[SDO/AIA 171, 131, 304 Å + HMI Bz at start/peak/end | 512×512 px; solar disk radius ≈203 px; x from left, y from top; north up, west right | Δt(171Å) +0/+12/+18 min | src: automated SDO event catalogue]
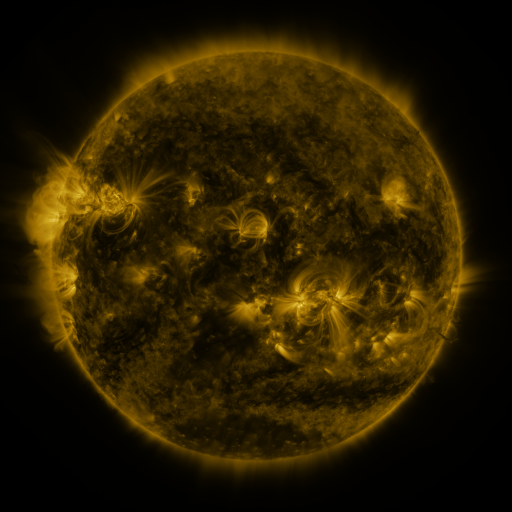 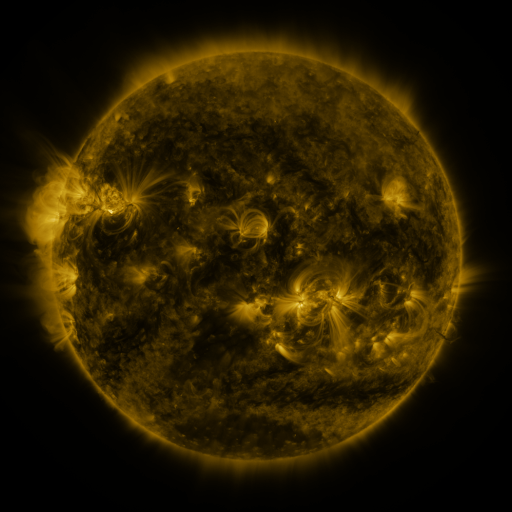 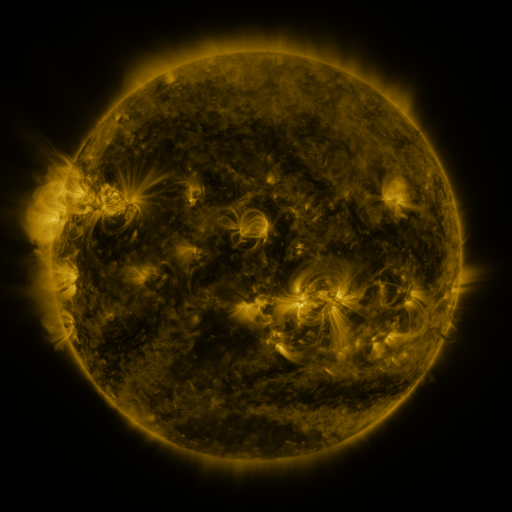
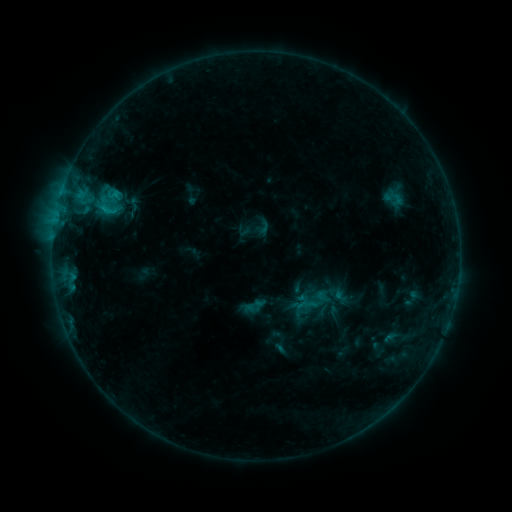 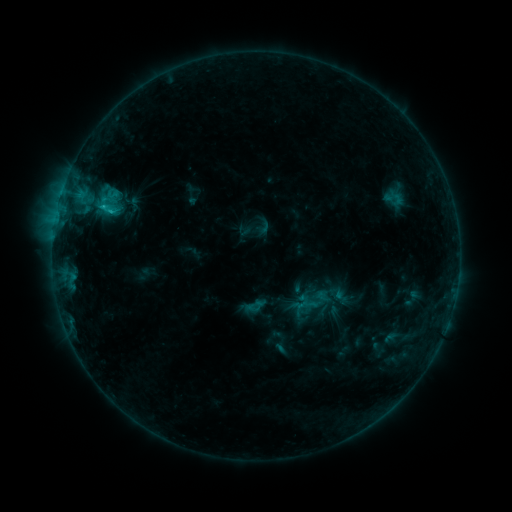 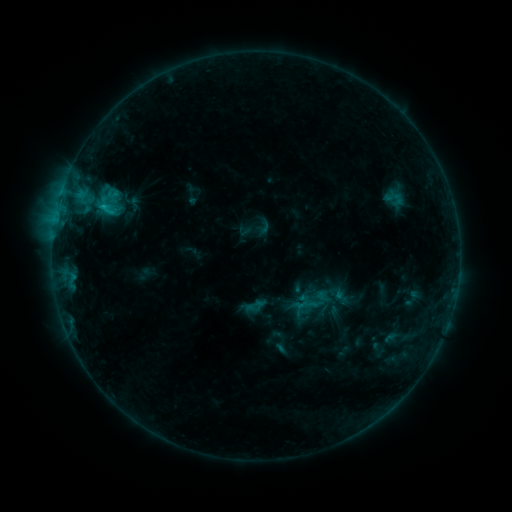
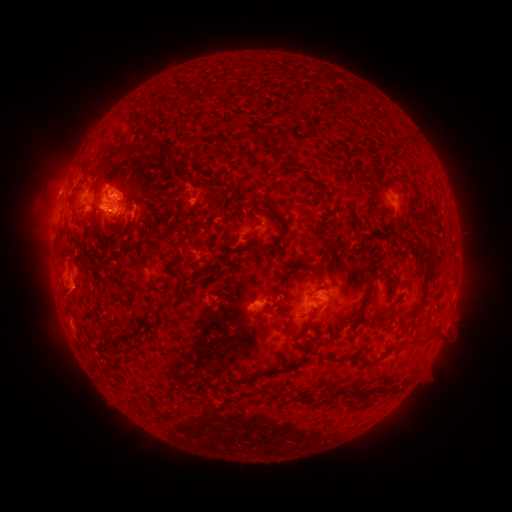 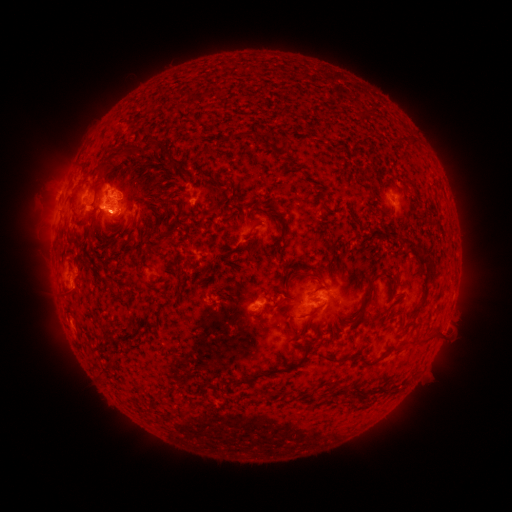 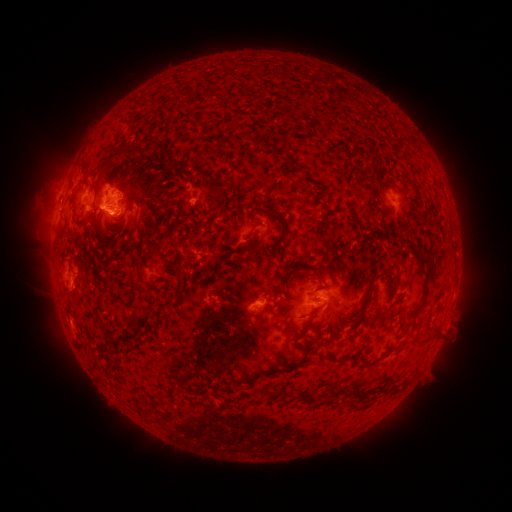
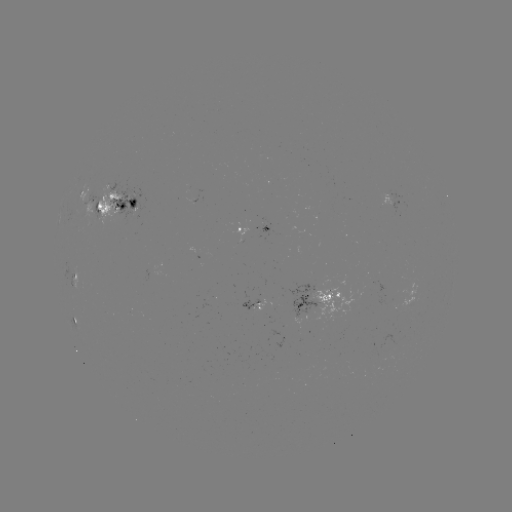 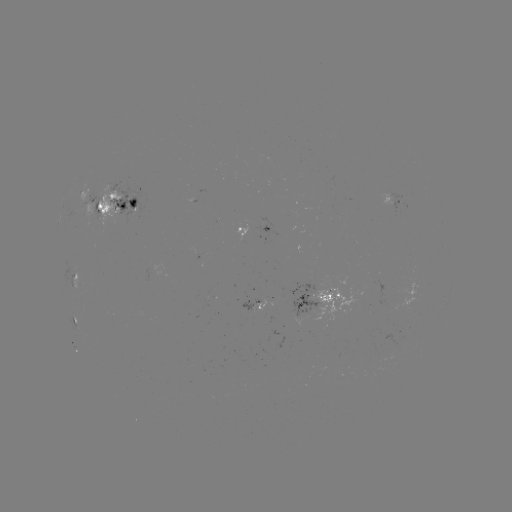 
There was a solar flare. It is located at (105, 209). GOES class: C1.0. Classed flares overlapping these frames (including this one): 1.